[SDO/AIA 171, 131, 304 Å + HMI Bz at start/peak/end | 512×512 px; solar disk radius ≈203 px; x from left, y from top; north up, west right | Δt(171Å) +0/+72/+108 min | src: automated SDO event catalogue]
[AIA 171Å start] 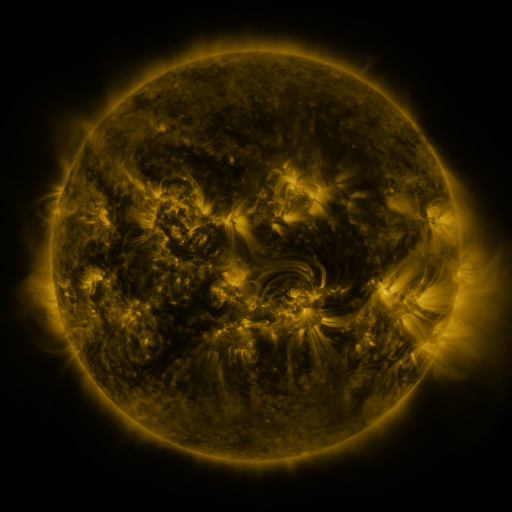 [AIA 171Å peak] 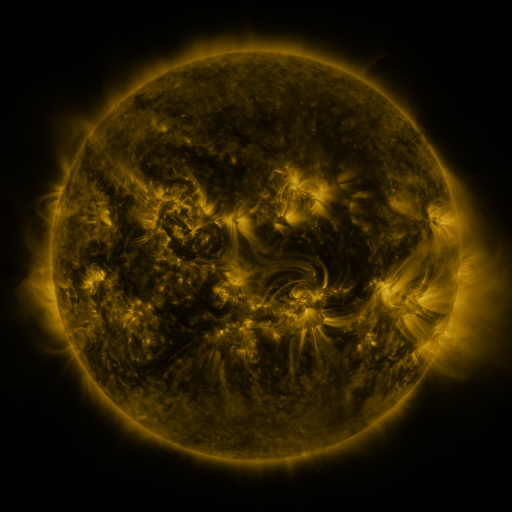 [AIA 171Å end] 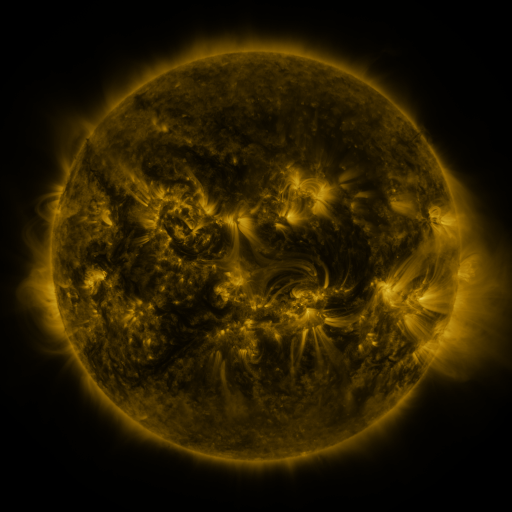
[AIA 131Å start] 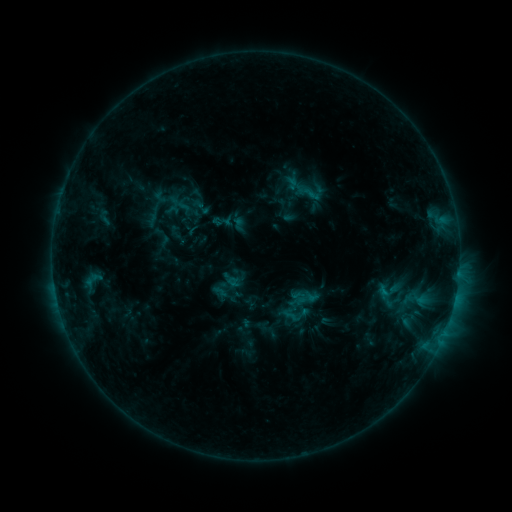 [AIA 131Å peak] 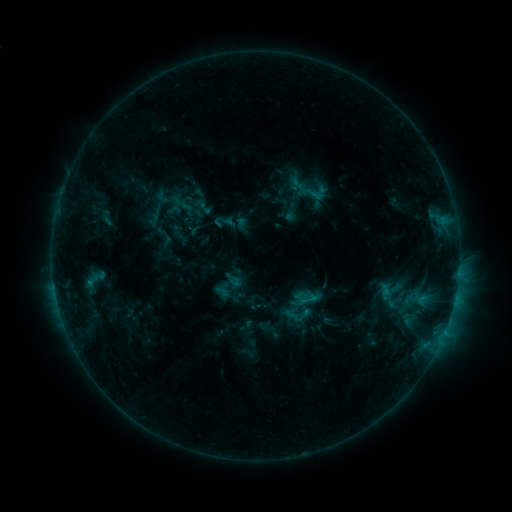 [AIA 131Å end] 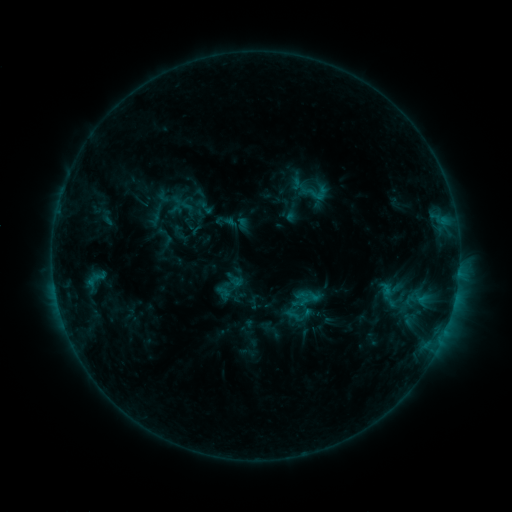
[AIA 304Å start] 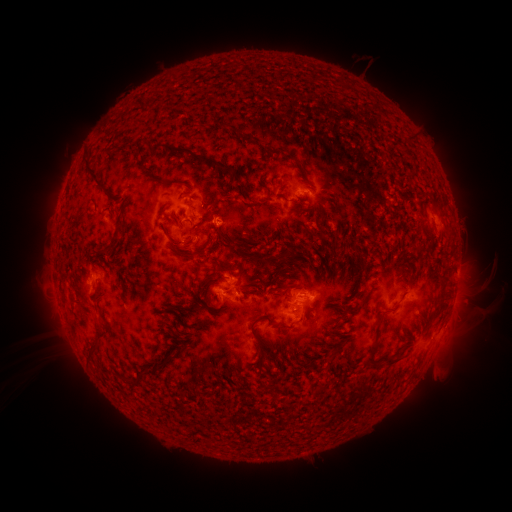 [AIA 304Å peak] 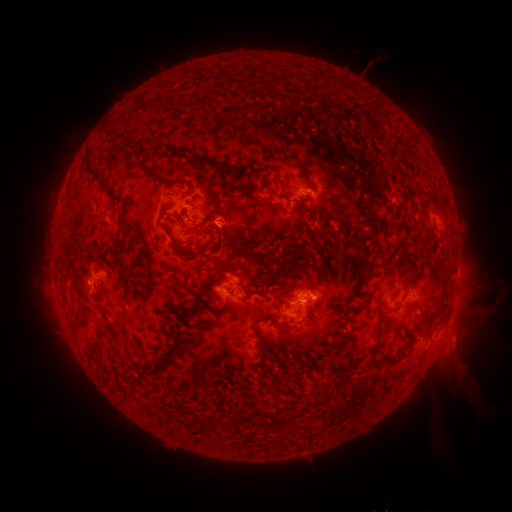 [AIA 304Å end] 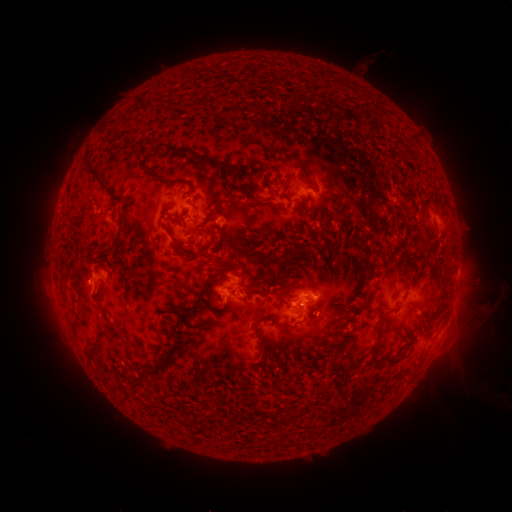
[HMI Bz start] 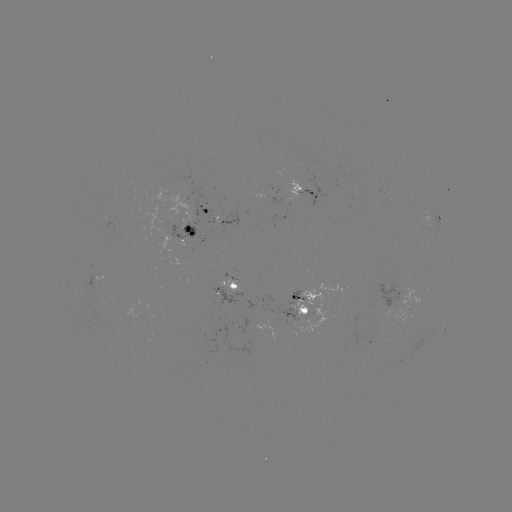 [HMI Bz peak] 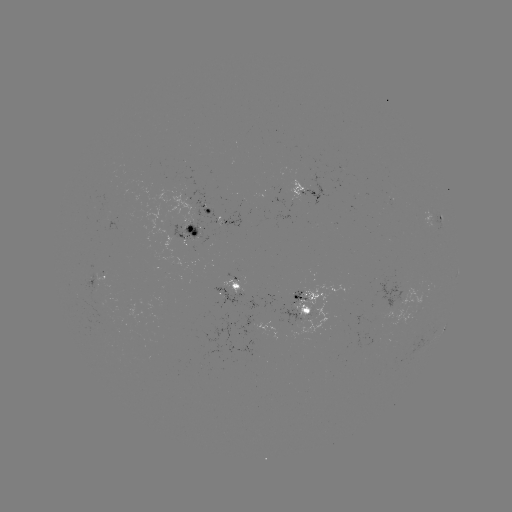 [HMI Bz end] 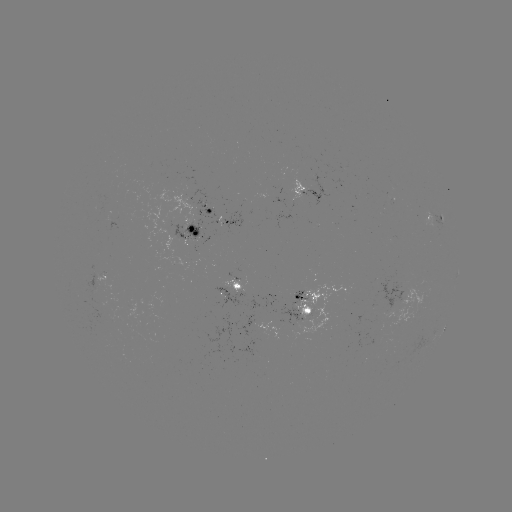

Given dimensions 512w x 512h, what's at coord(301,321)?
emerging-flux region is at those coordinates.